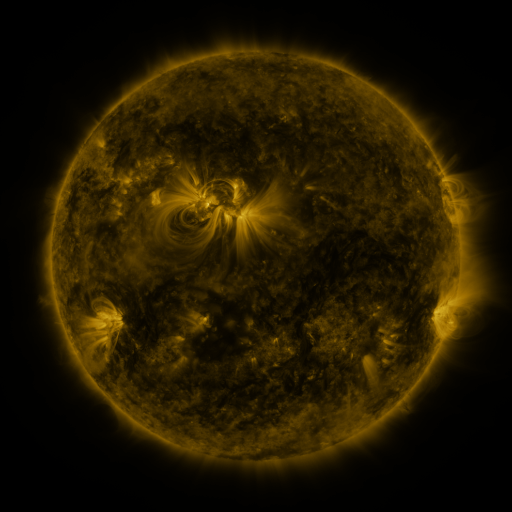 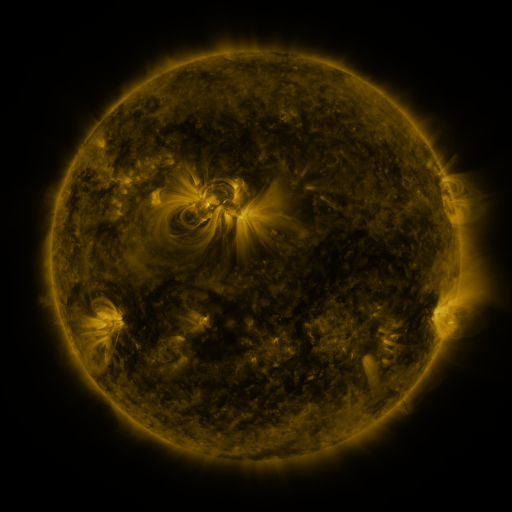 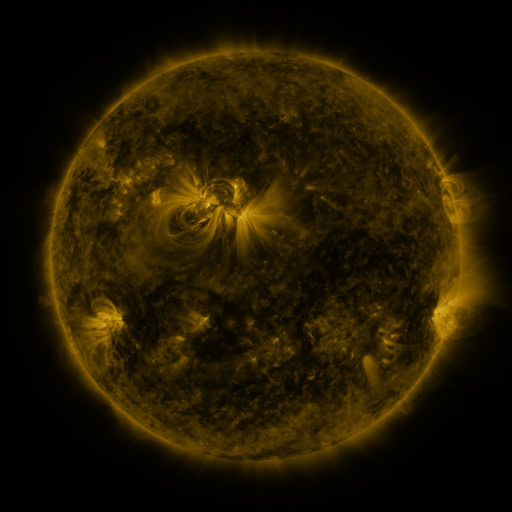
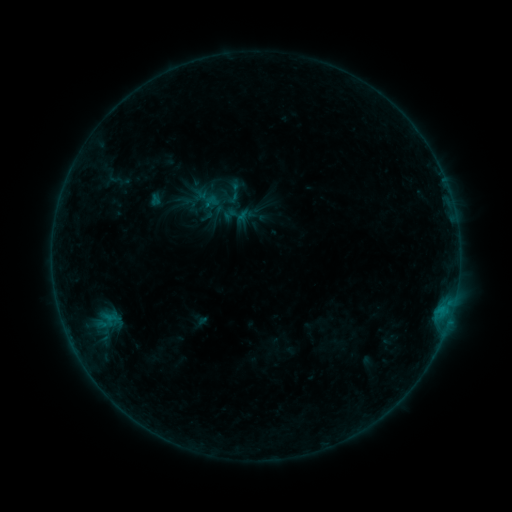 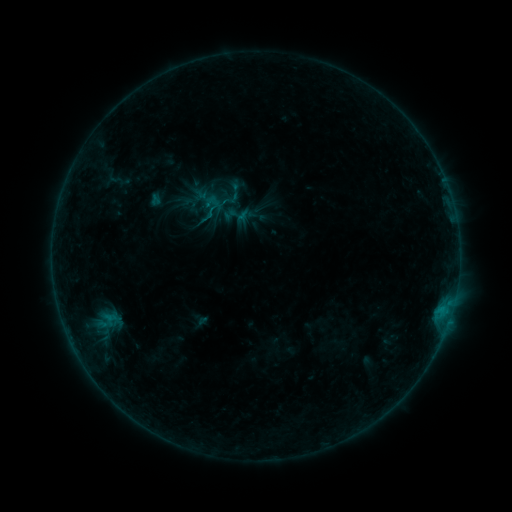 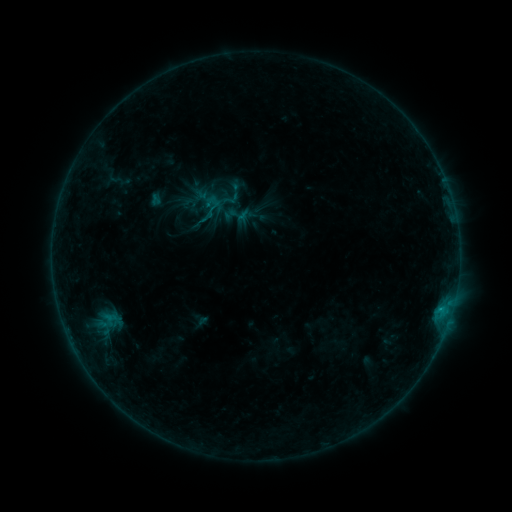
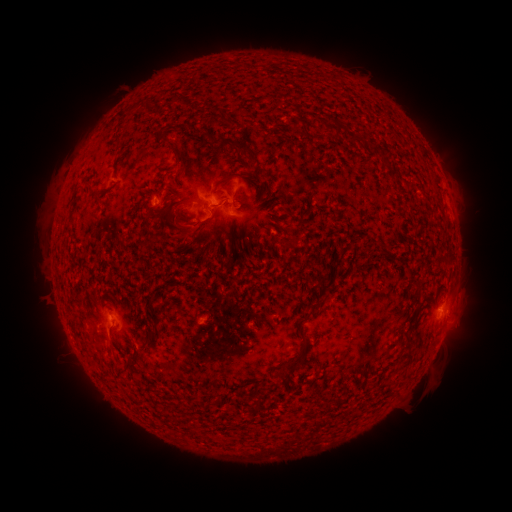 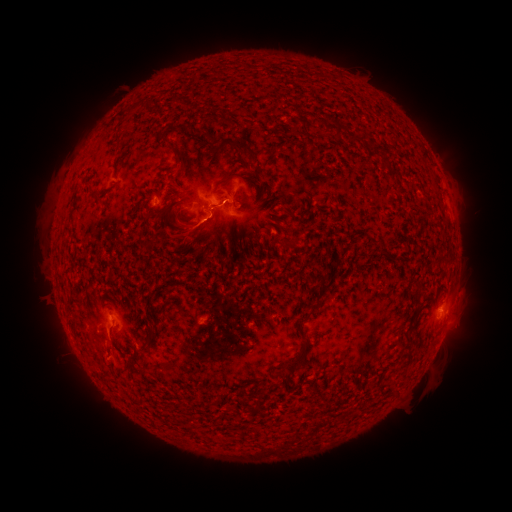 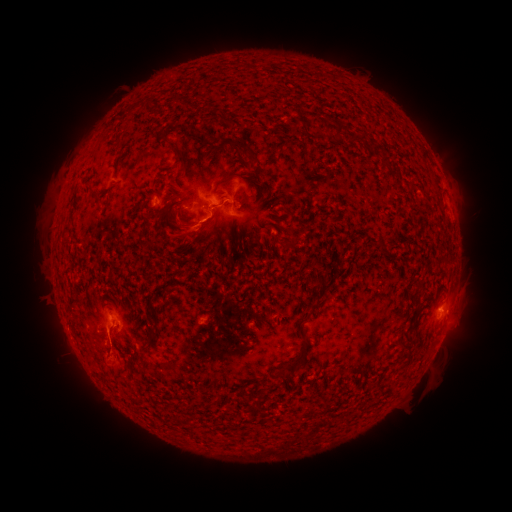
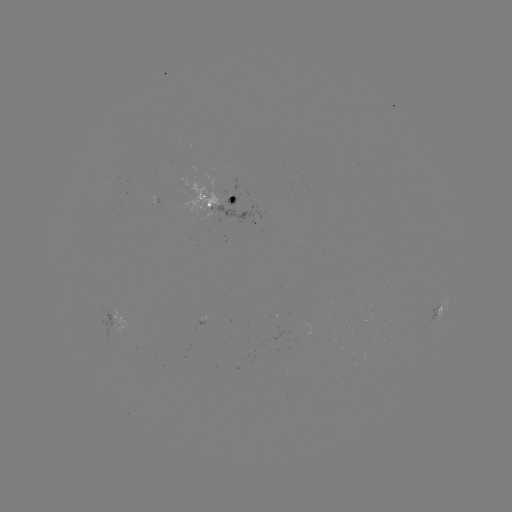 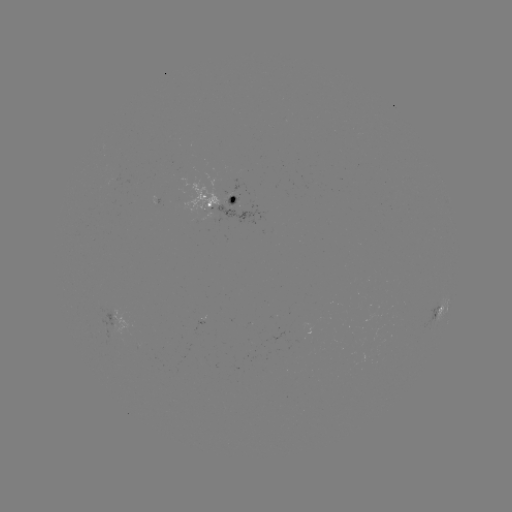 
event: flare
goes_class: B6.5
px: (207, 218)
